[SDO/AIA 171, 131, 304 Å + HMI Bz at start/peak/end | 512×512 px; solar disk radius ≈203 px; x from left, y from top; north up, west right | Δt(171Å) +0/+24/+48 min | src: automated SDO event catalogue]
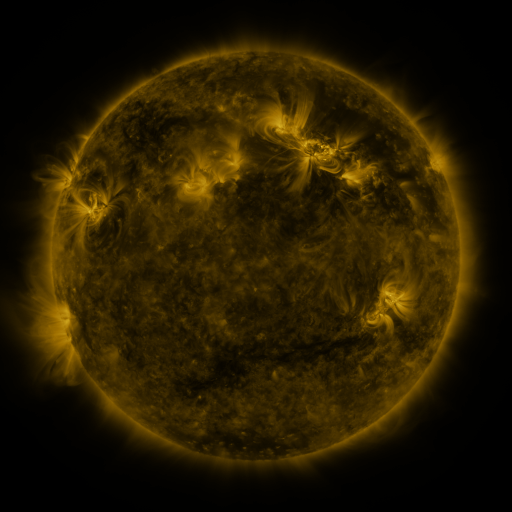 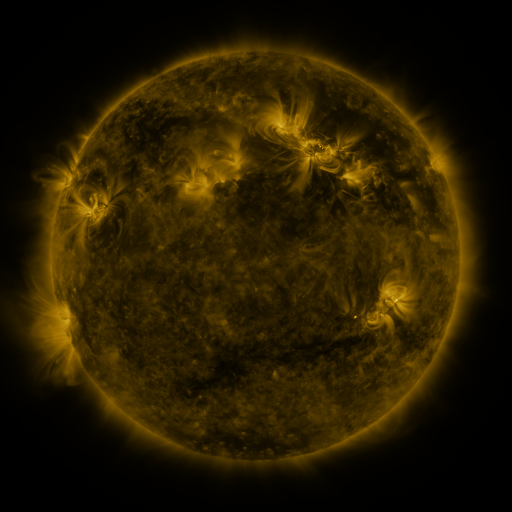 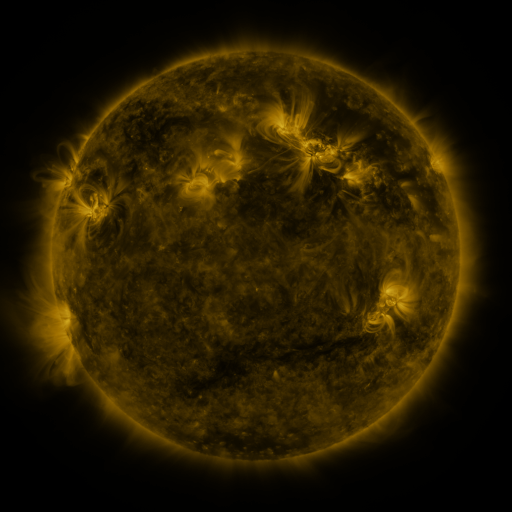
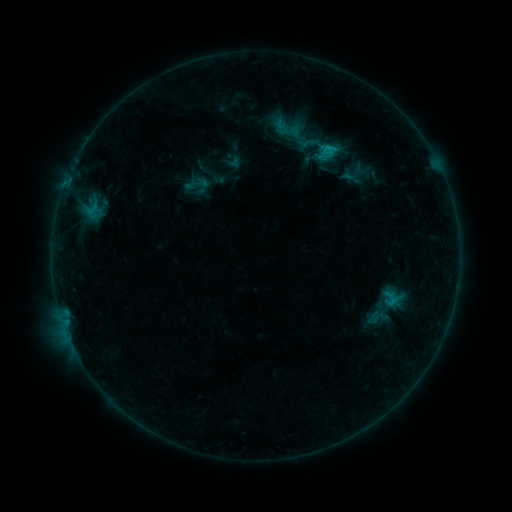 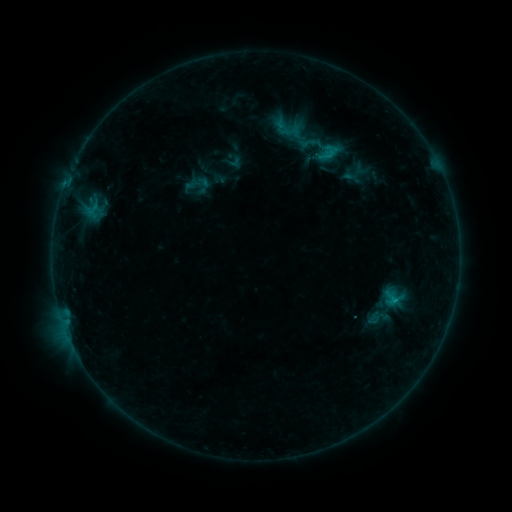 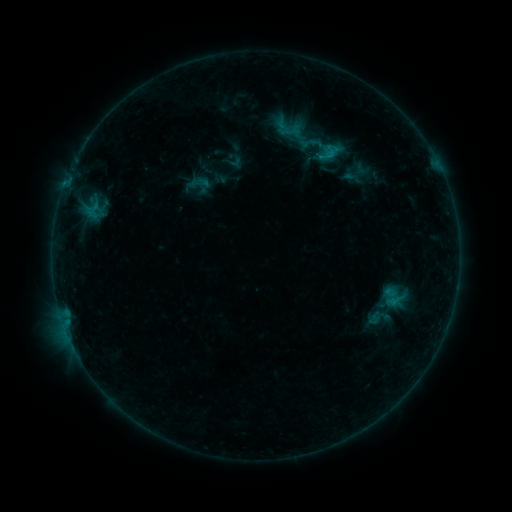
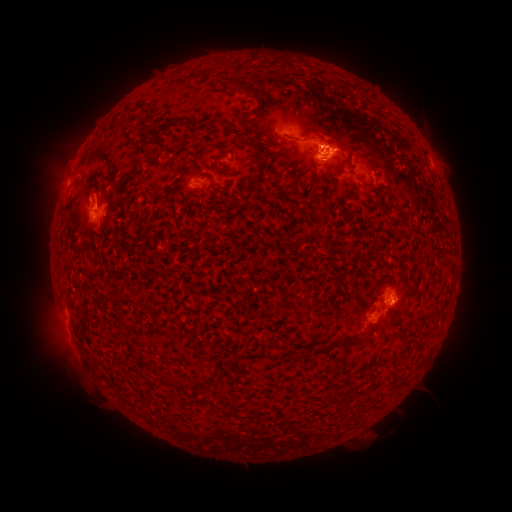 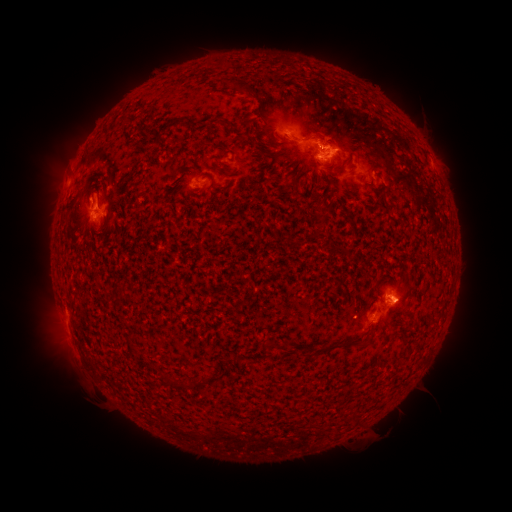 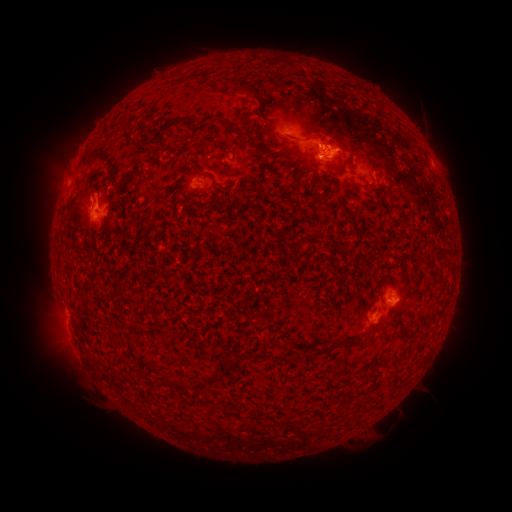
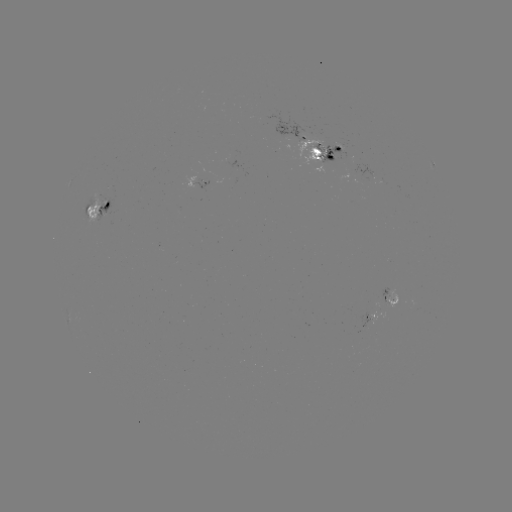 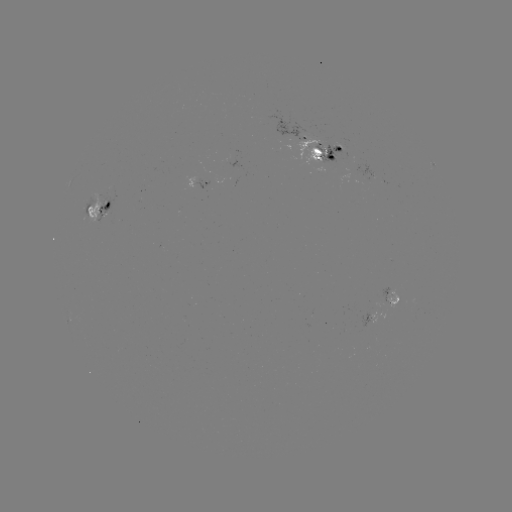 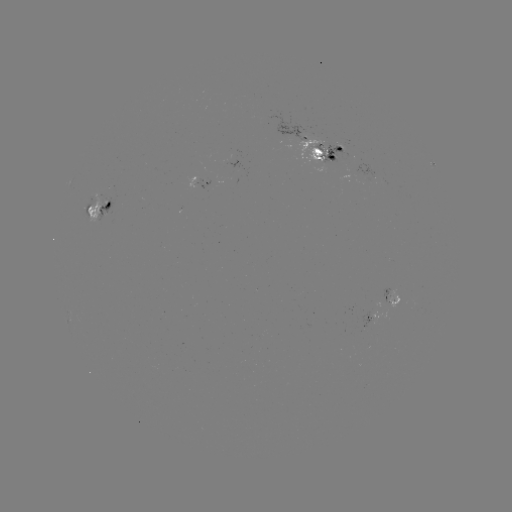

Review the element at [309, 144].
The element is emerging-flux region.